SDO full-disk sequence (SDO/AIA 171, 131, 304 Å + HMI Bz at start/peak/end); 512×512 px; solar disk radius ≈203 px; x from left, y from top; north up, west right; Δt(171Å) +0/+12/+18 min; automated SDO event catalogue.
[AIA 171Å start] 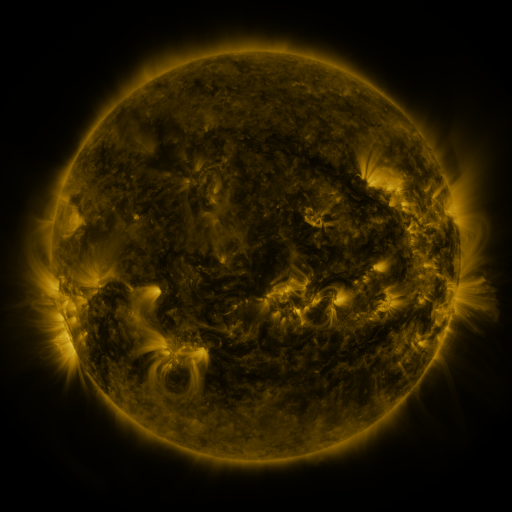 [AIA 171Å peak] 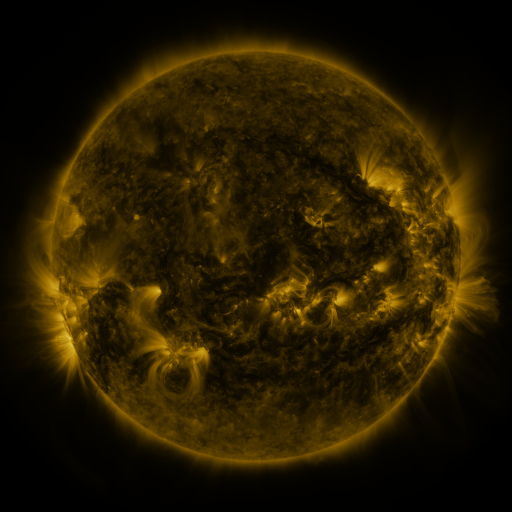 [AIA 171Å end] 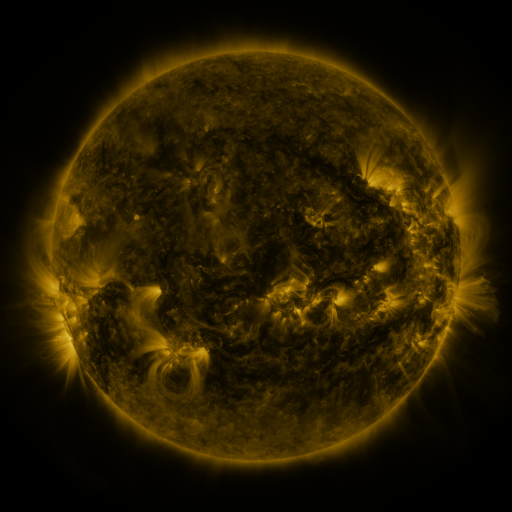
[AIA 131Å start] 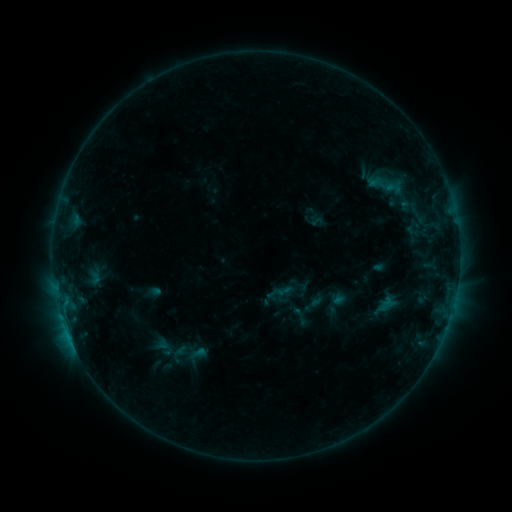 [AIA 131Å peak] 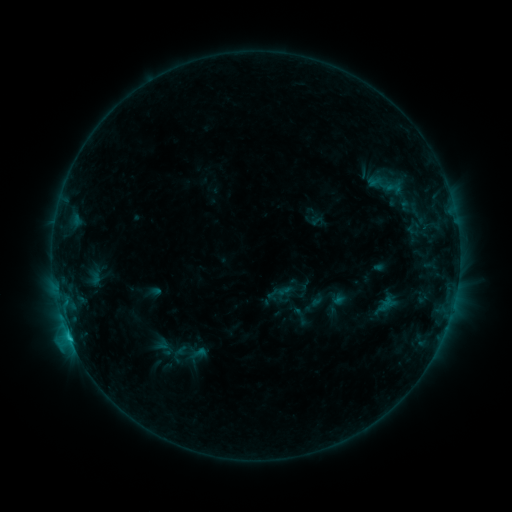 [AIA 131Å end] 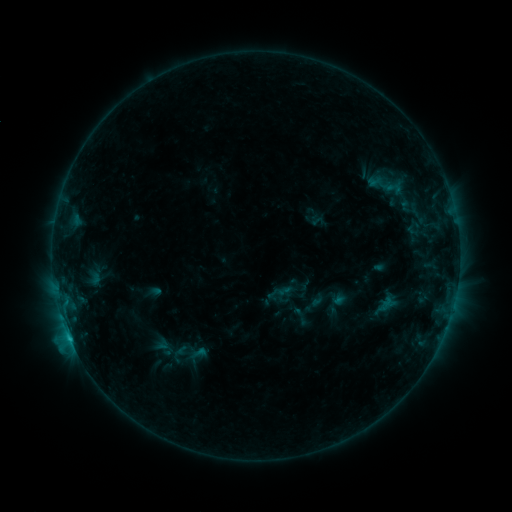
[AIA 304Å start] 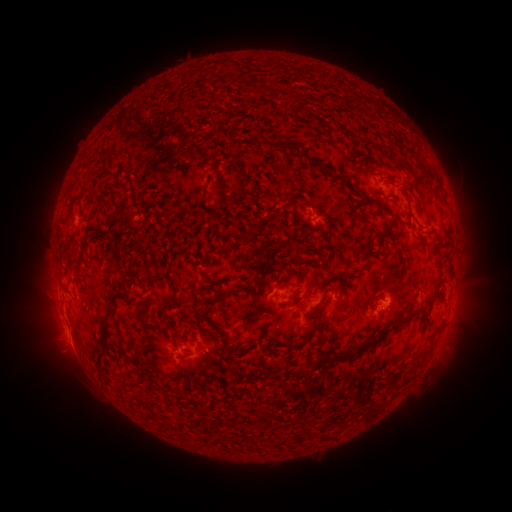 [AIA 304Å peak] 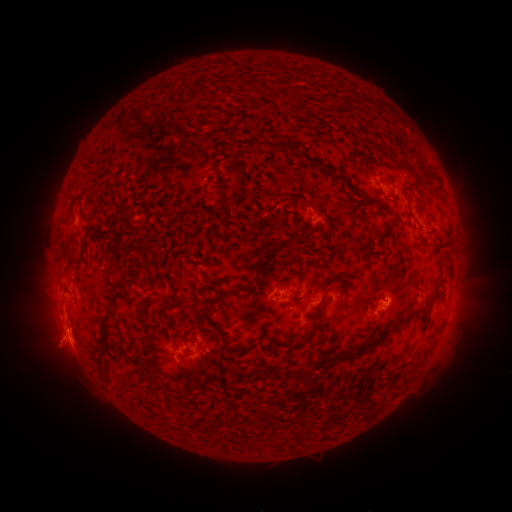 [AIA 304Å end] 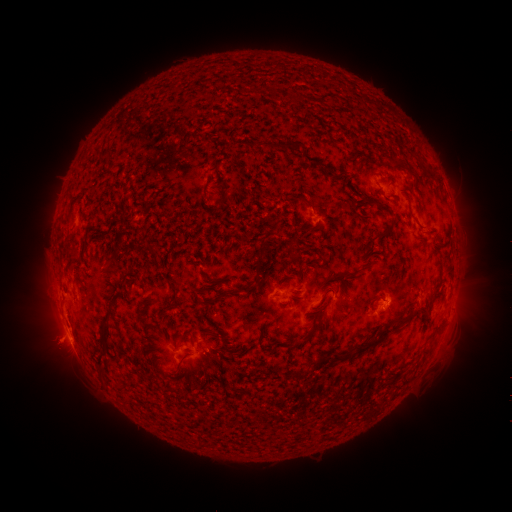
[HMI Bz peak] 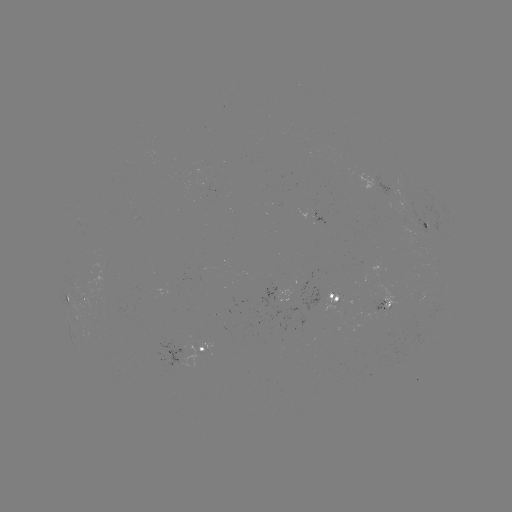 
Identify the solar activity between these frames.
C1.1 flare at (70, 338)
